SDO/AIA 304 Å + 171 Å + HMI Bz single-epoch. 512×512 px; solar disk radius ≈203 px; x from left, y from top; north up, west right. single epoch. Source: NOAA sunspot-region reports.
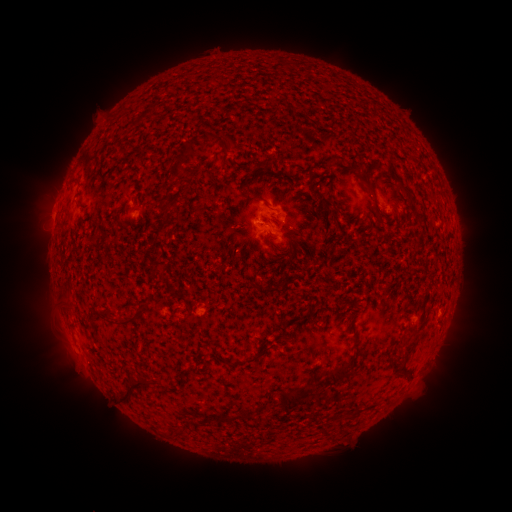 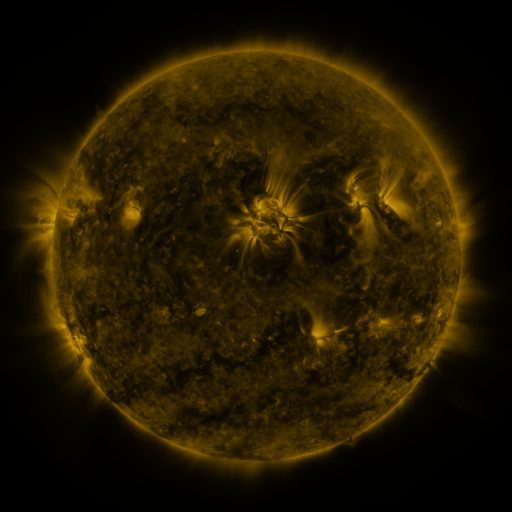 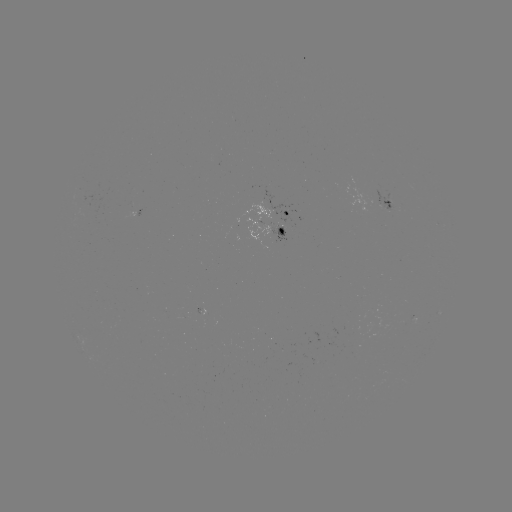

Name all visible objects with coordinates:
spotted active region: (386, 197)
spotted active region: (273, 208)
spotted active region: (273, 229)
